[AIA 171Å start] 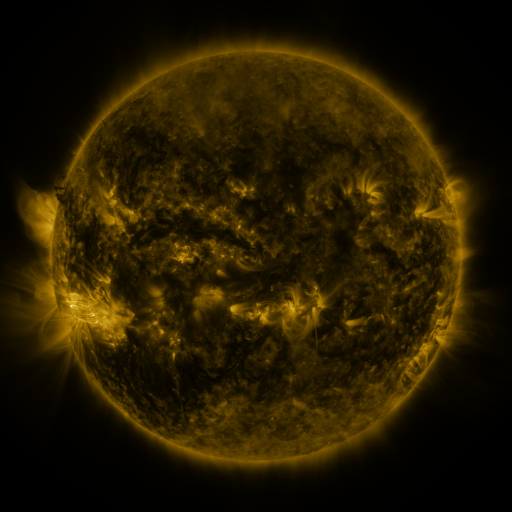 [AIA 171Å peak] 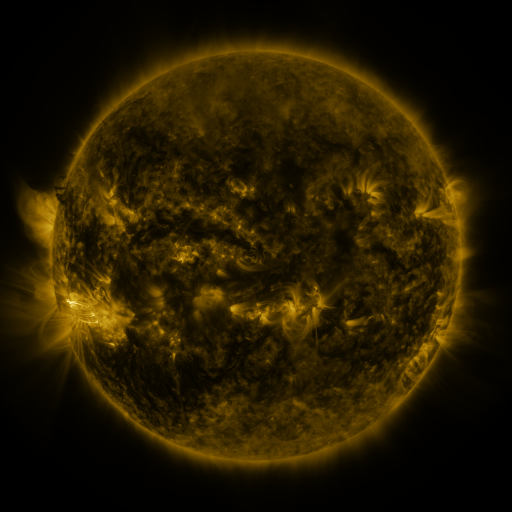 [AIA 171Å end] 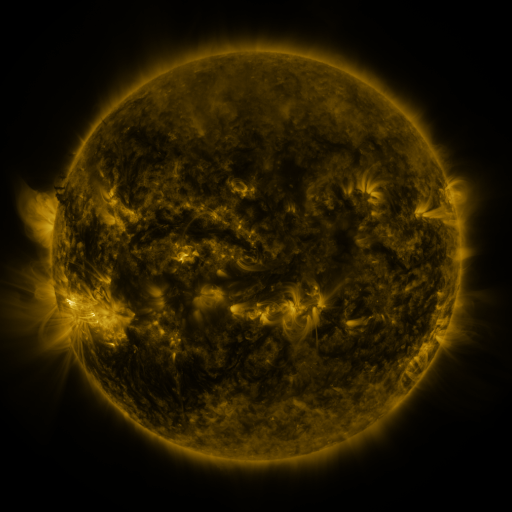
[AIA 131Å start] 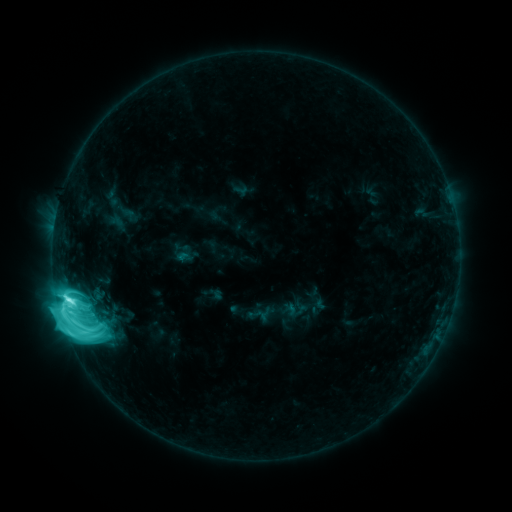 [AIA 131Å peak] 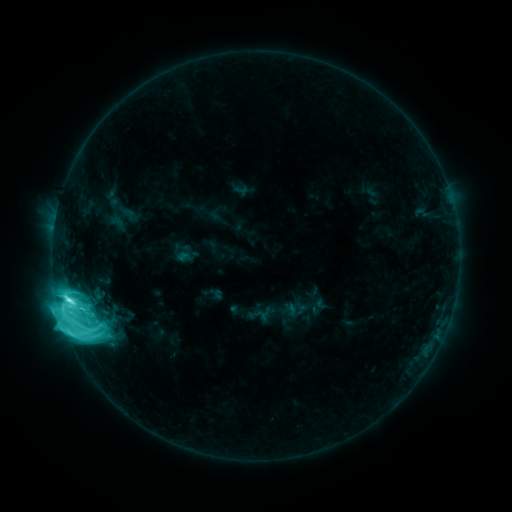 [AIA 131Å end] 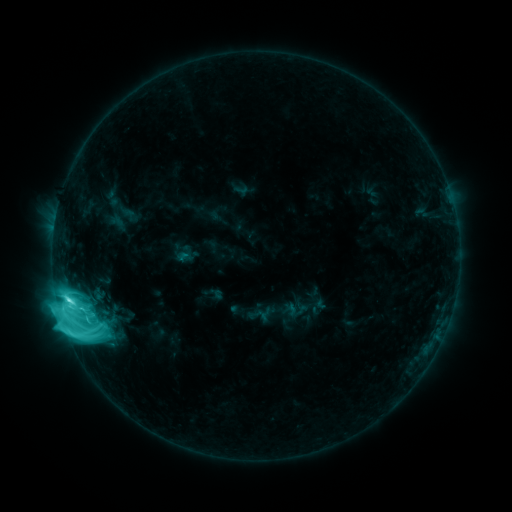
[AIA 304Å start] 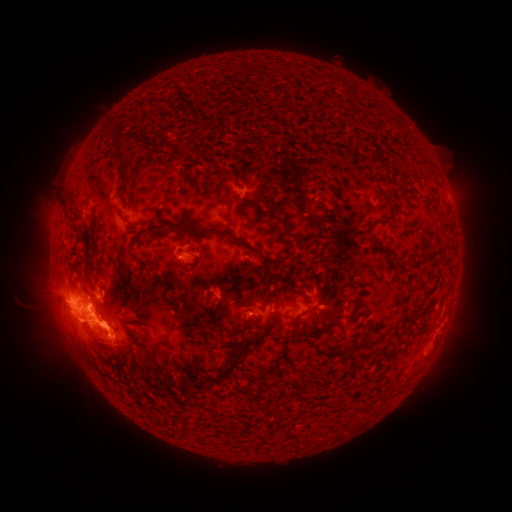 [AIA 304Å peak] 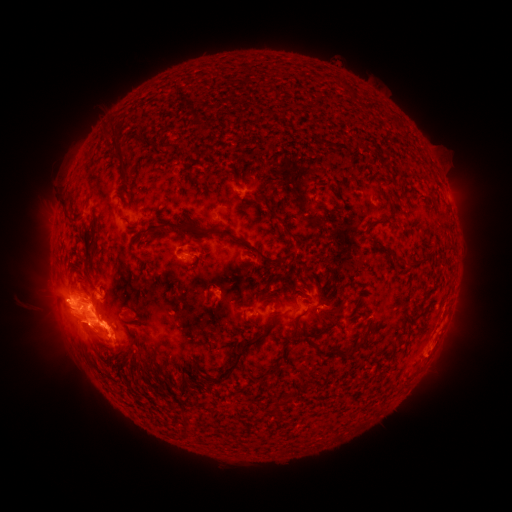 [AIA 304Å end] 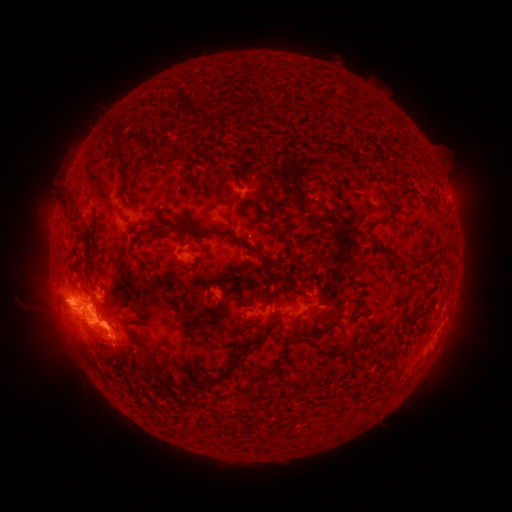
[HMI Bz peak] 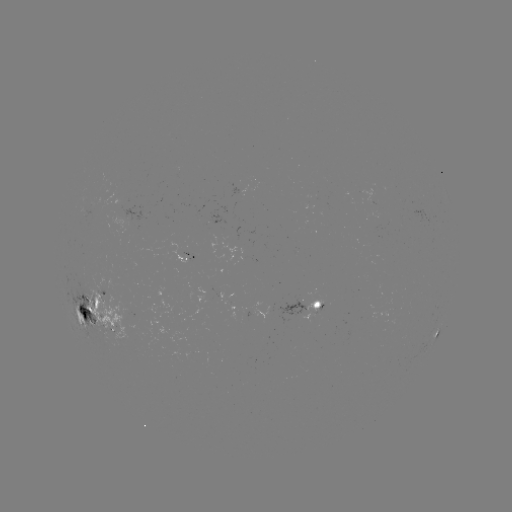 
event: eruption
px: (76, 312)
